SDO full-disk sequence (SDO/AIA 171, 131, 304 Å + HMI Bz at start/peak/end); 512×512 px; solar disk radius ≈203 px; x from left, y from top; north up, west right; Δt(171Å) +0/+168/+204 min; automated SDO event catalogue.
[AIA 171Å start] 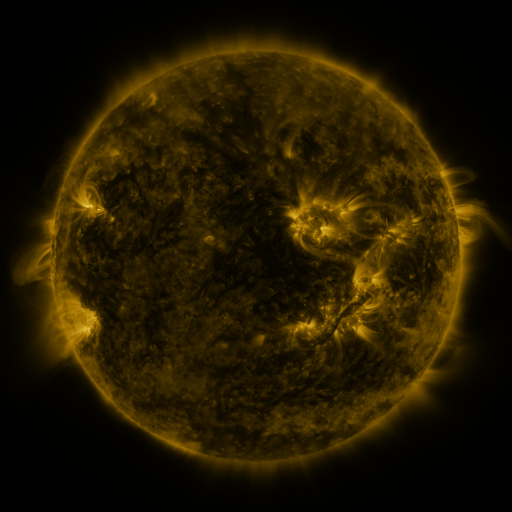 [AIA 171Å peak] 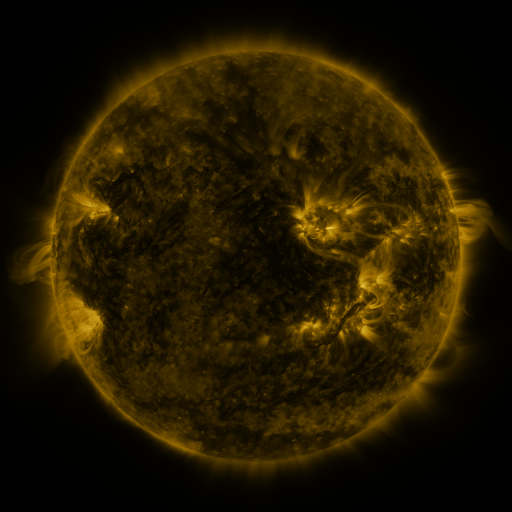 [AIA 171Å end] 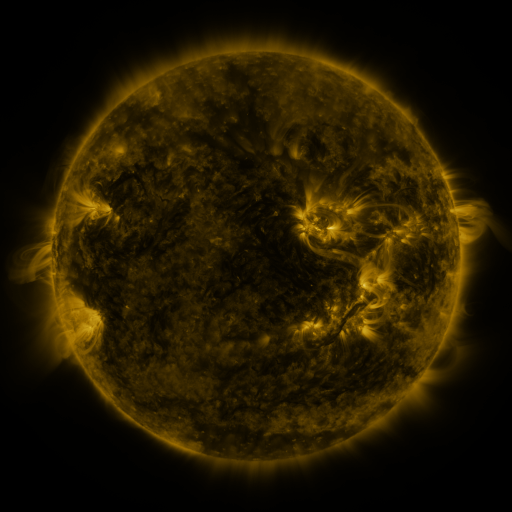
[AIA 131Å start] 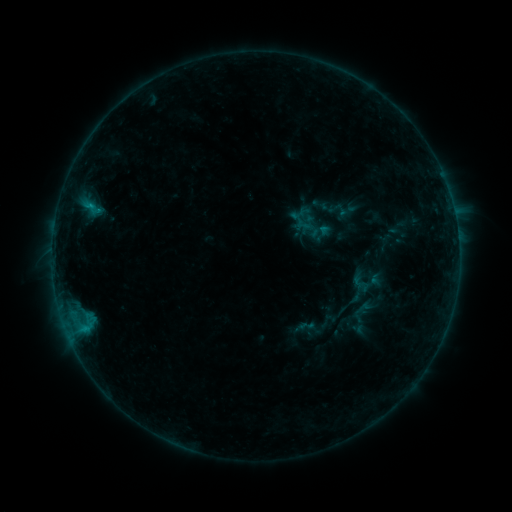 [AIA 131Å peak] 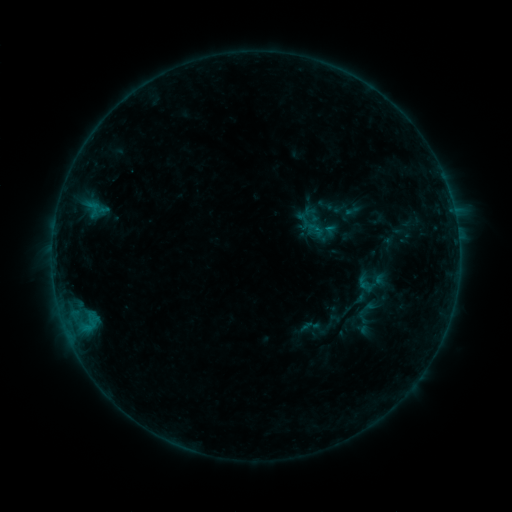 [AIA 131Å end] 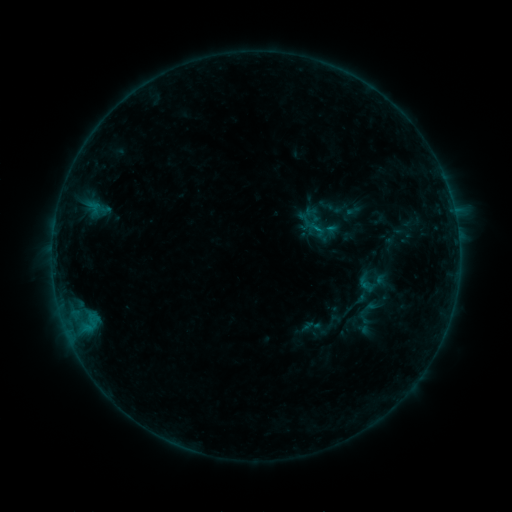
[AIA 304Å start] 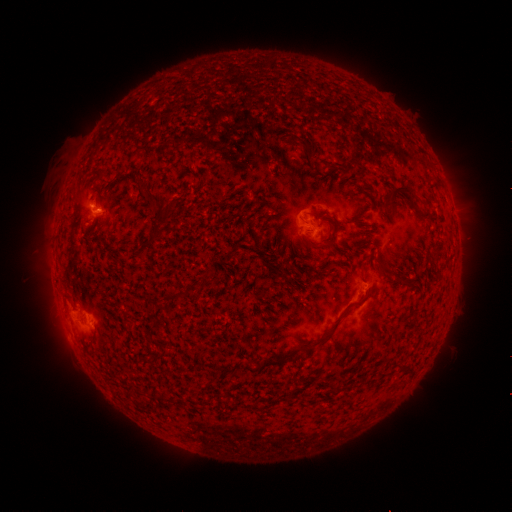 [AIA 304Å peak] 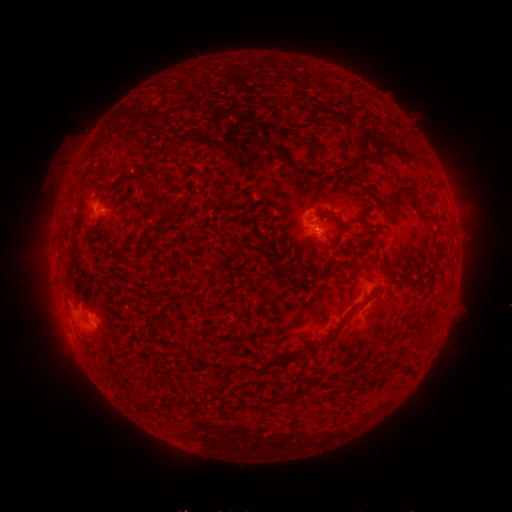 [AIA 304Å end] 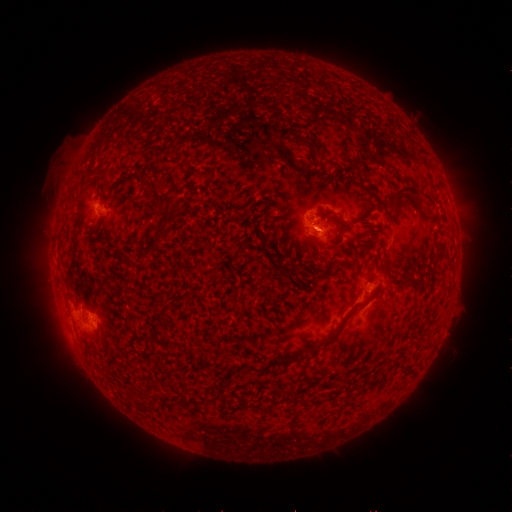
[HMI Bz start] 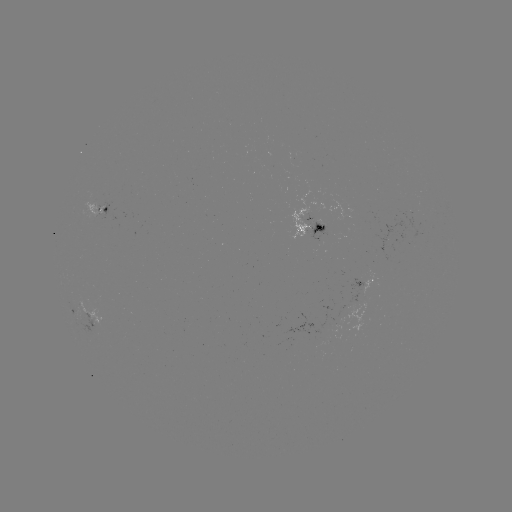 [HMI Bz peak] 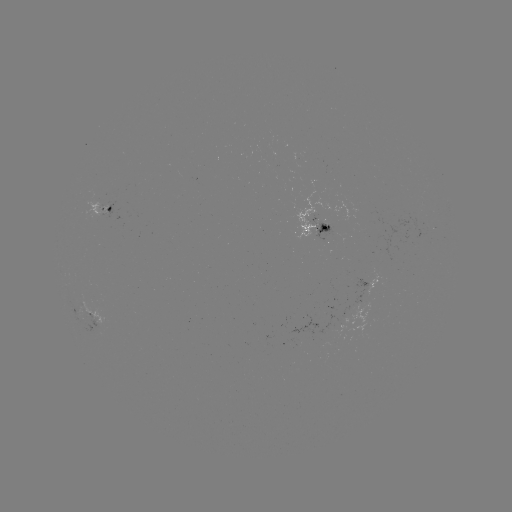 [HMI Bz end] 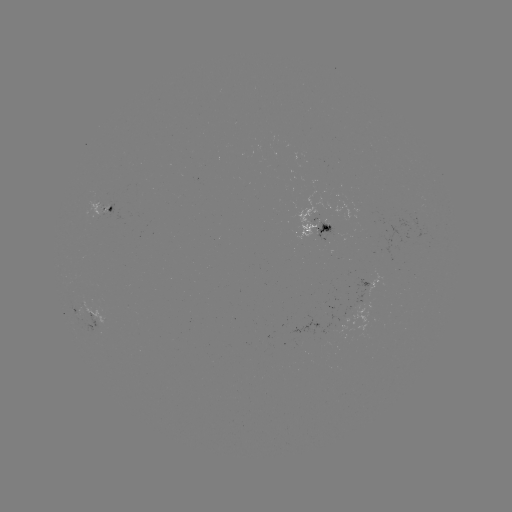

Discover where emerging-flux region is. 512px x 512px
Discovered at (310, 220).